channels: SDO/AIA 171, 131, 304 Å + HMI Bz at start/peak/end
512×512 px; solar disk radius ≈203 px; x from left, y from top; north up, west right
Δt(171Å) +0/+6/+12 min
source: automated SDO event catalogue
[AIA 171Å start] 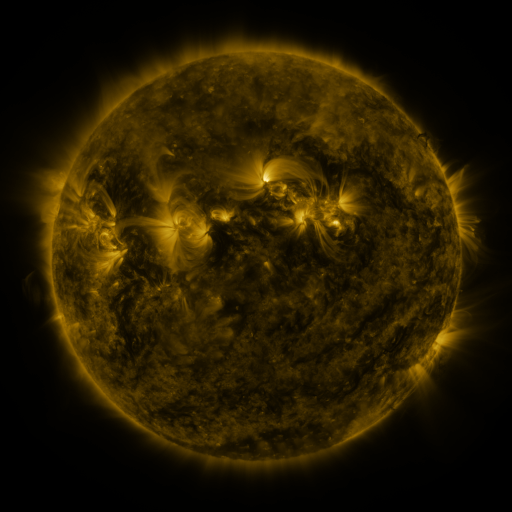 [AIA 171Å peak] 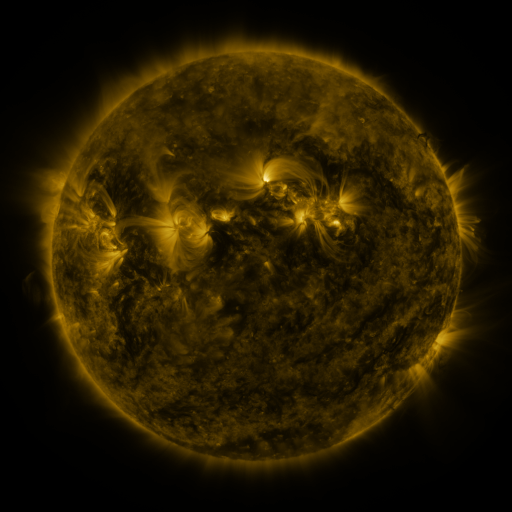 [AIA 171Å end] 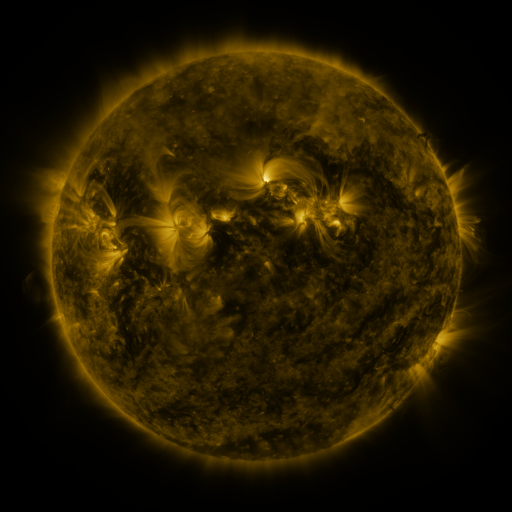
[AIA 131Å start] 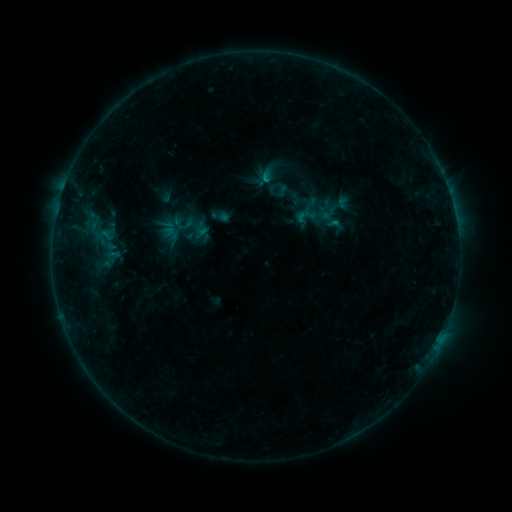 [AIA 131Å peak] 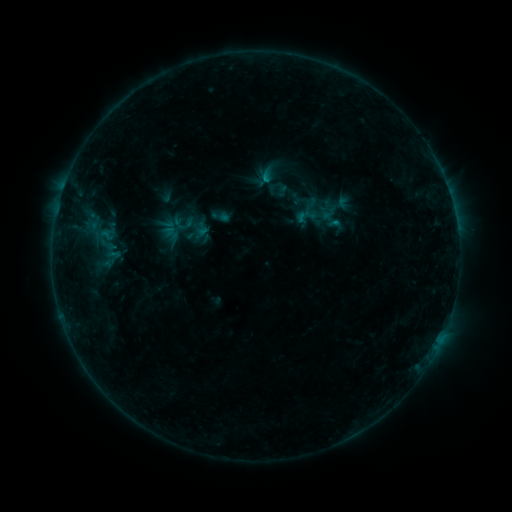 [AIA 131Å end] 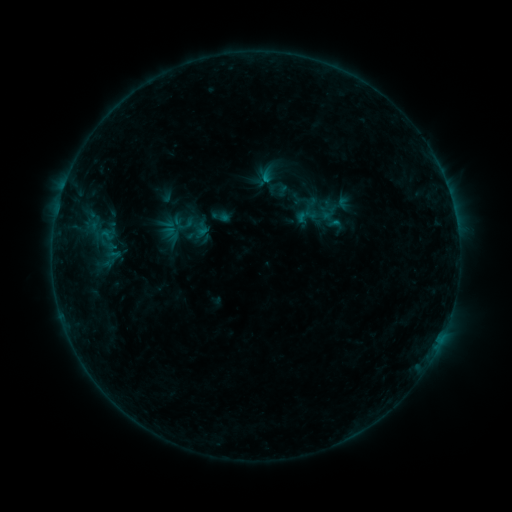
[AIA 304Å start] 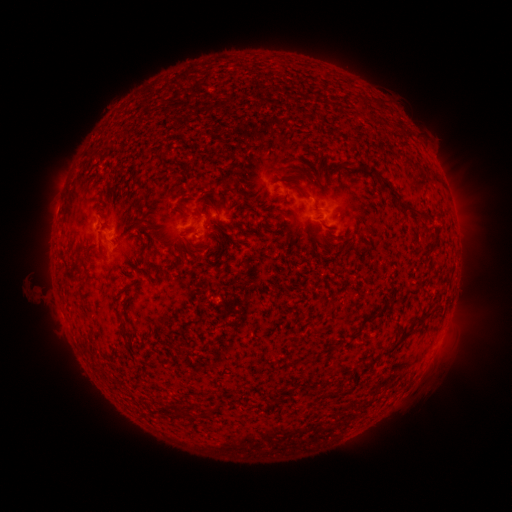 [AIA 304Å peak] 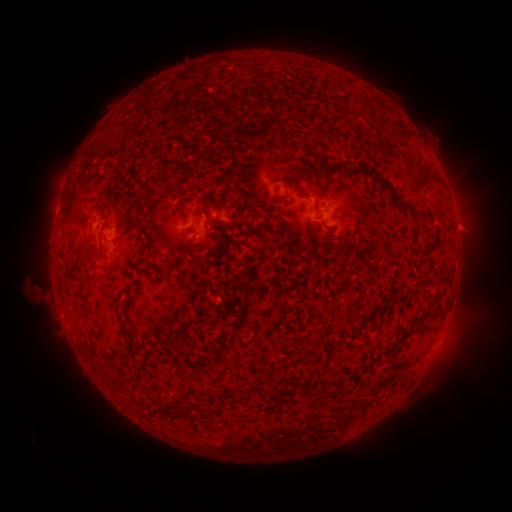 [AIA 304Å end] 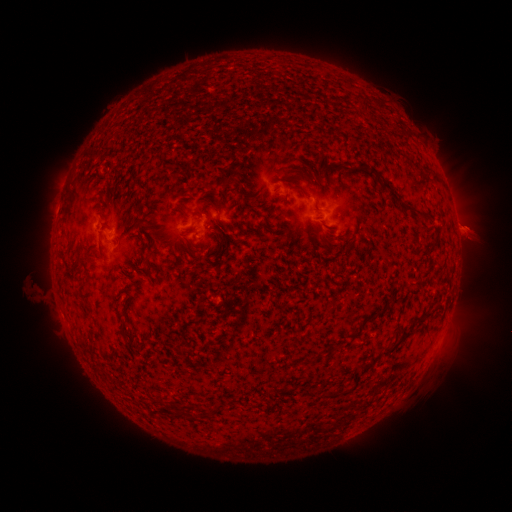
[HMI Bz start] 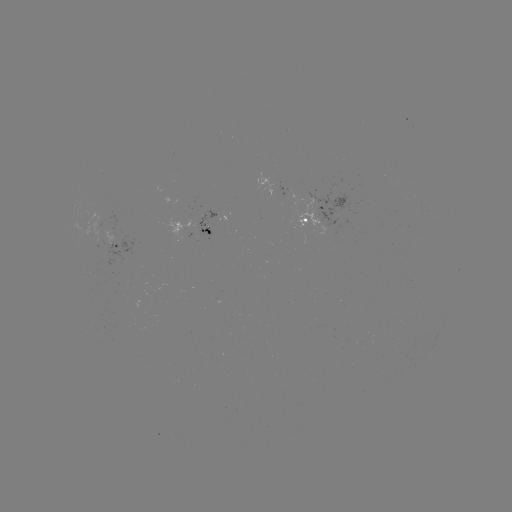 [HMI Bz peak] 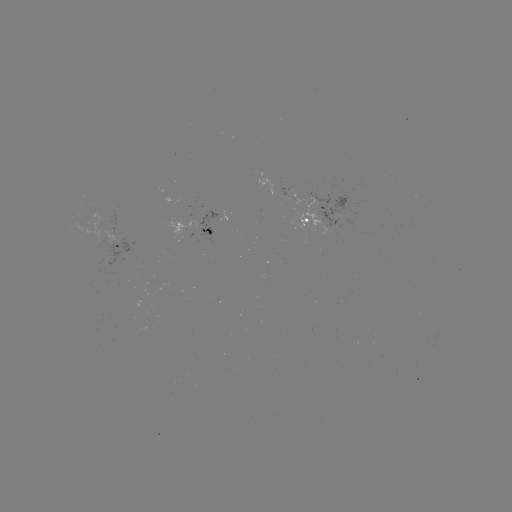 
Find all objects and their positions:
eruption: (464, 228)
